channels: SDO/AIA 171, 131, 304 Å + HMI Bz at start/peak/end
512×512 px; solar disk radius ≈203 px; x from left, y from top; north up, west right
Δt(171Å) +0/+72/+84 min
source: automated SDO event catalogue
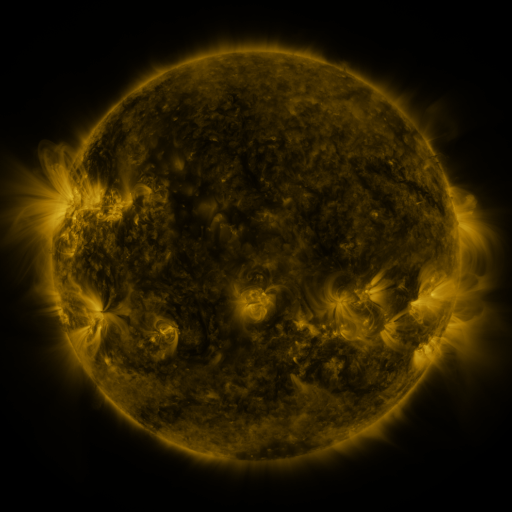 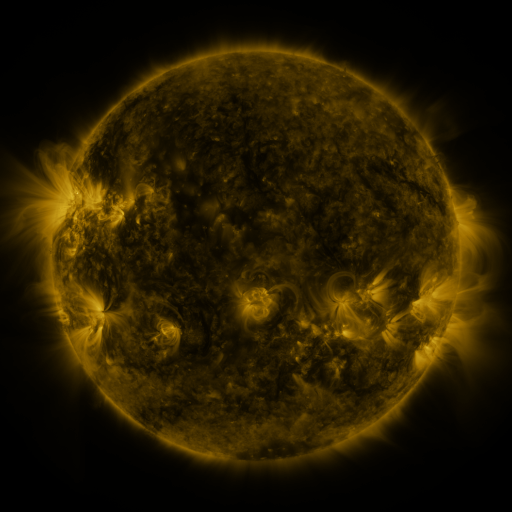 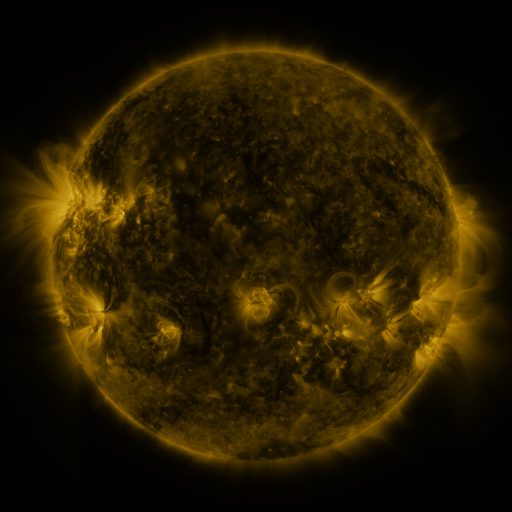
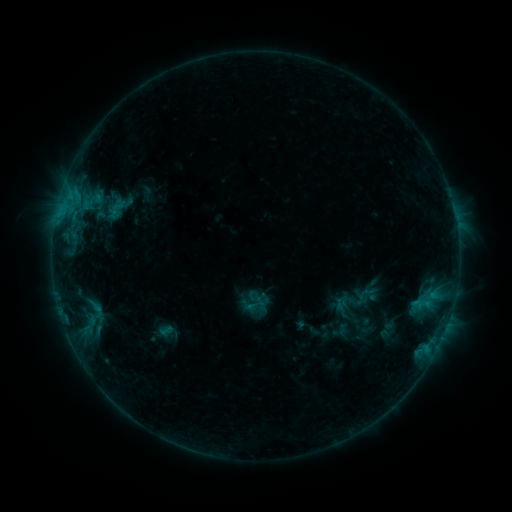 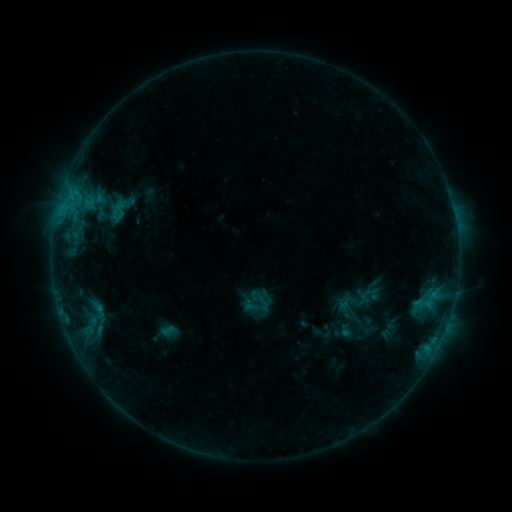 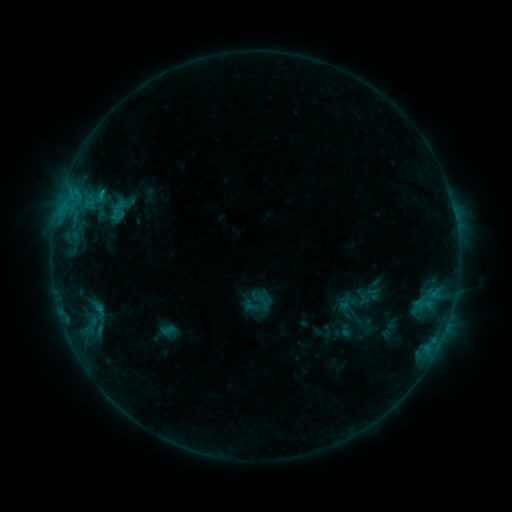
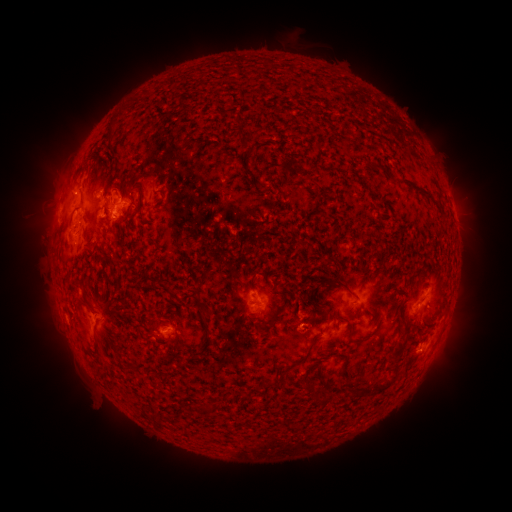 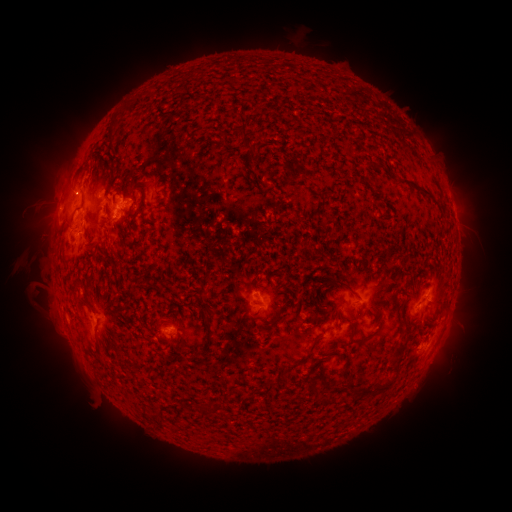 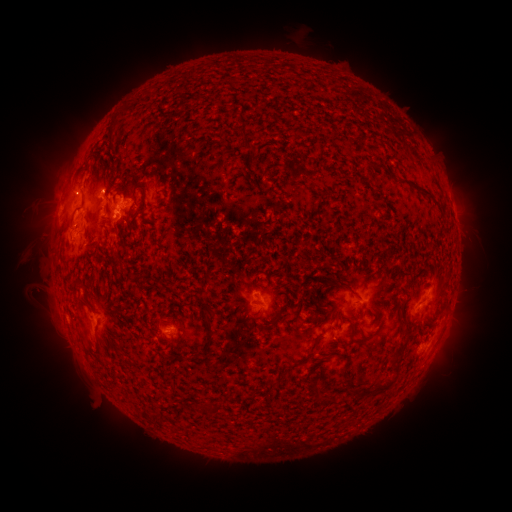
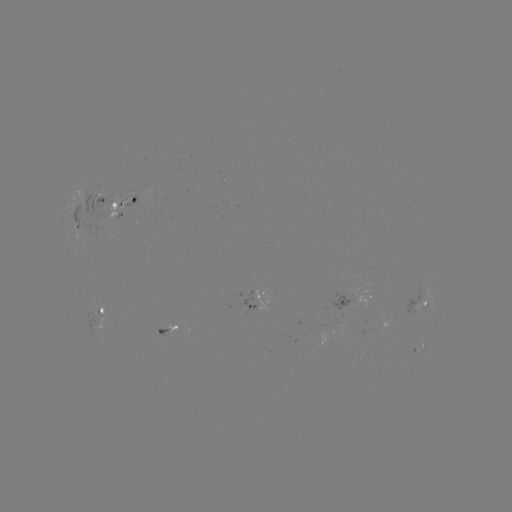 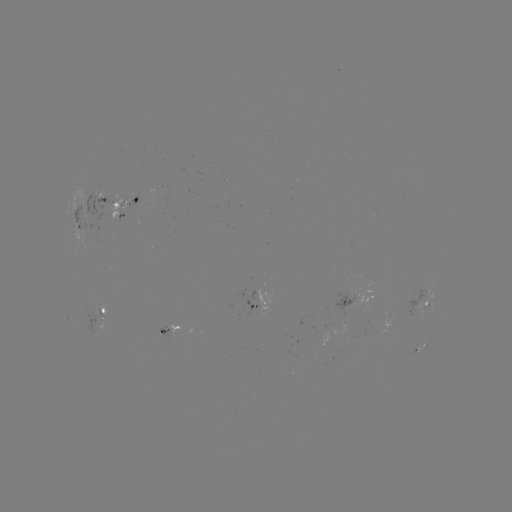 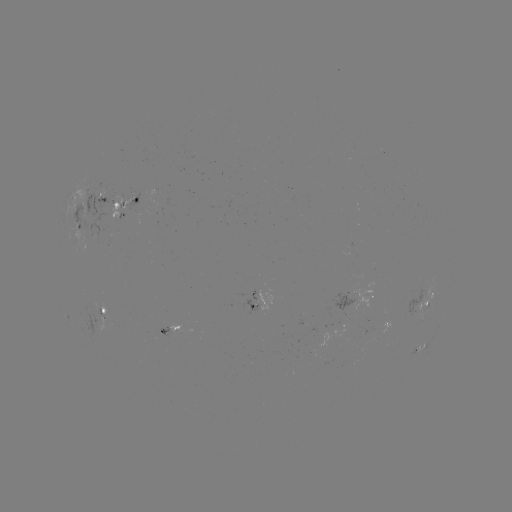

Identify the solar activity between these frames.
emerging-flux region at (94, 312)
